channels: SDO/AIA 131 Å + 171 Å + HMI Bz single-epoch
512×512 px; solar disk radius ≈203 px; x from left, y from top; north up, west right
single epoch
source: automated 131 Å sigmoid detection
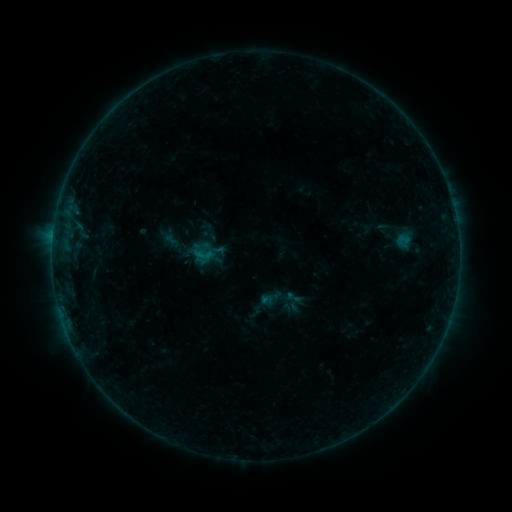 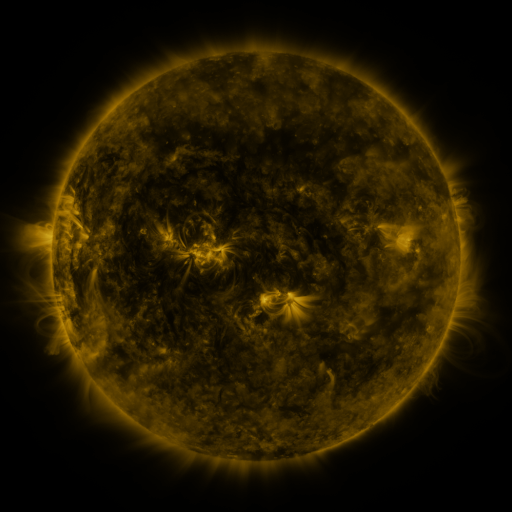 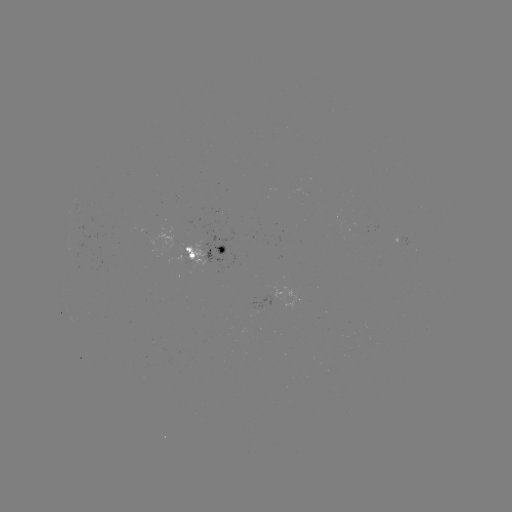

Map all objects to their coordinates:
sigmoid: (294, 298)
